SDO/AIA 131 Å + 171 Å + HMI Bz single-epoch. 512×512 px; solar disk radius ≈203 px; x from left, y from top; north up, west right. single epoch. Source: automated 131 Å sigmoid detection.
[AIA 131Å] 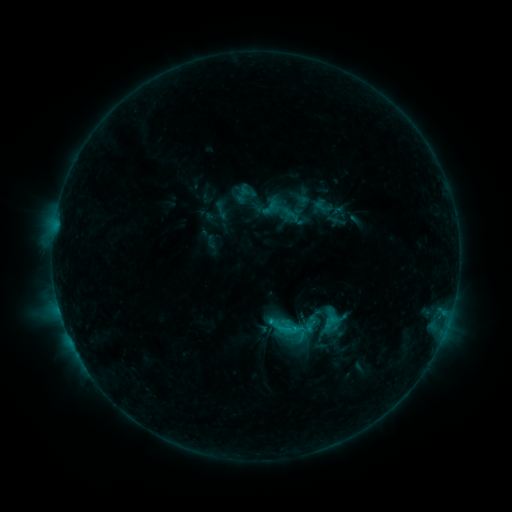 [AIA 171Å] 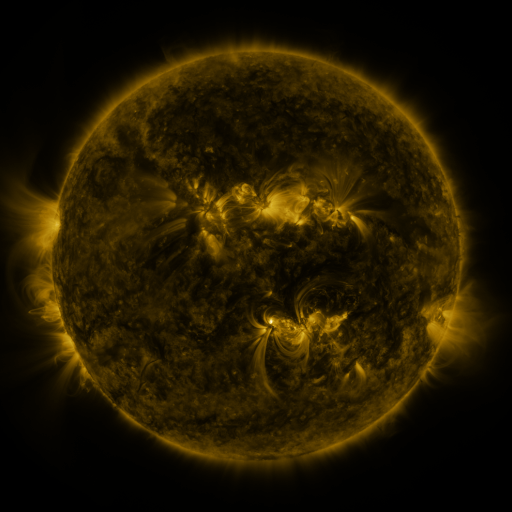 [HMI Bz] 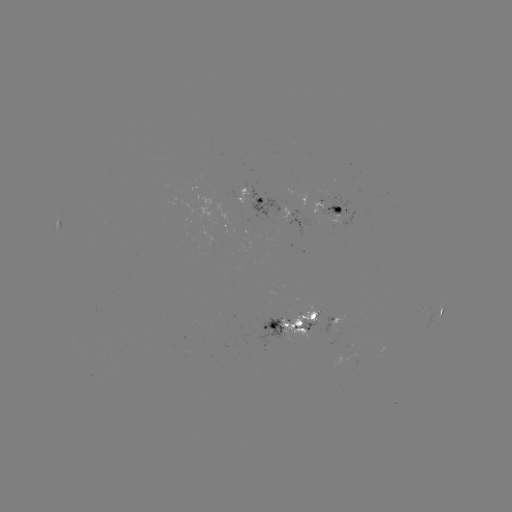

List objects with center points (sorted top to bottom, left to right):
sigmoid: <bbox>276, 315, 304, 343</bbox>
